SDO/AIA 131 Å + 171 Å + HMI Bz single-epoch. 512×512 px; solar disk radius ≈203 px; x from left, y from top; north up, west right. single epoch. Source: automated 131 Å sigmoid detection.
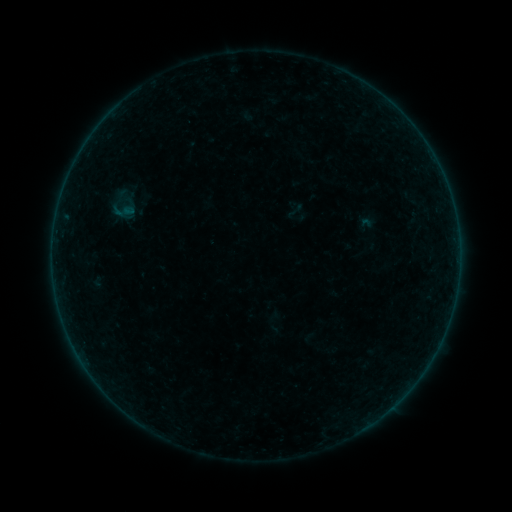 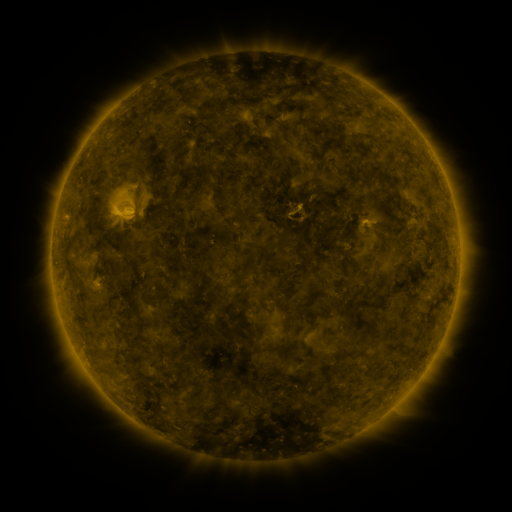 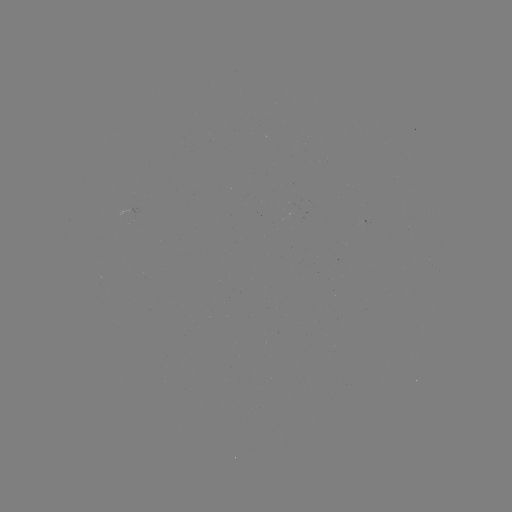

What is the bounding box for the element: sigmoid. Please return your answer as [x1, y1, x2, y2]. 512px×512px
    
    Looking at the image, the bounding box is [112, 200, 134, 222].